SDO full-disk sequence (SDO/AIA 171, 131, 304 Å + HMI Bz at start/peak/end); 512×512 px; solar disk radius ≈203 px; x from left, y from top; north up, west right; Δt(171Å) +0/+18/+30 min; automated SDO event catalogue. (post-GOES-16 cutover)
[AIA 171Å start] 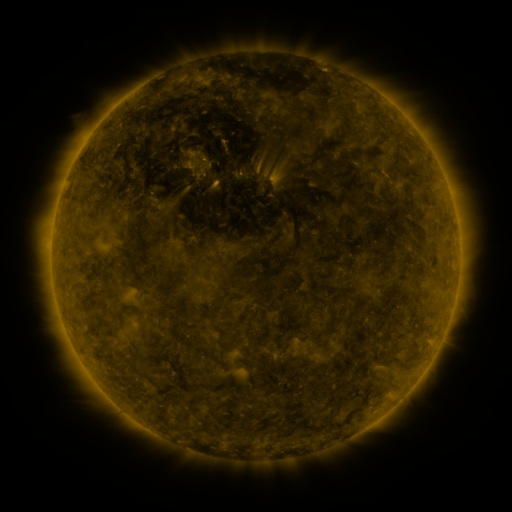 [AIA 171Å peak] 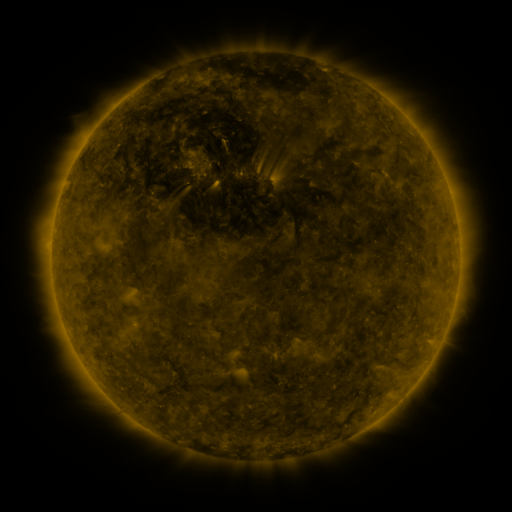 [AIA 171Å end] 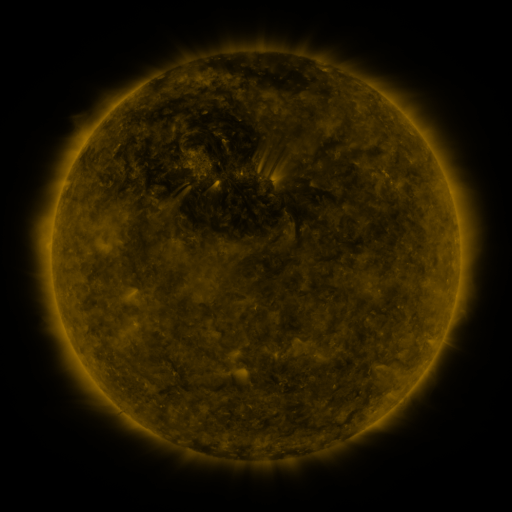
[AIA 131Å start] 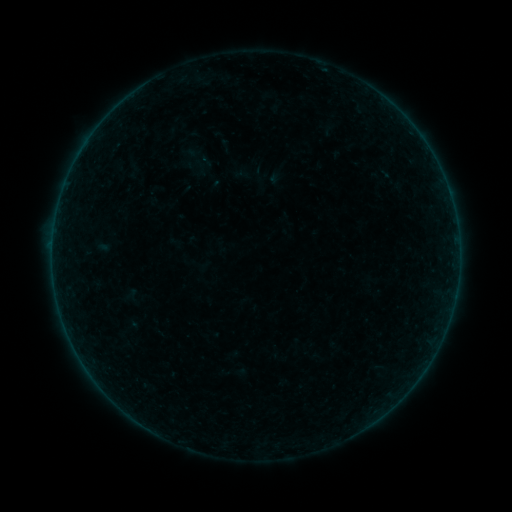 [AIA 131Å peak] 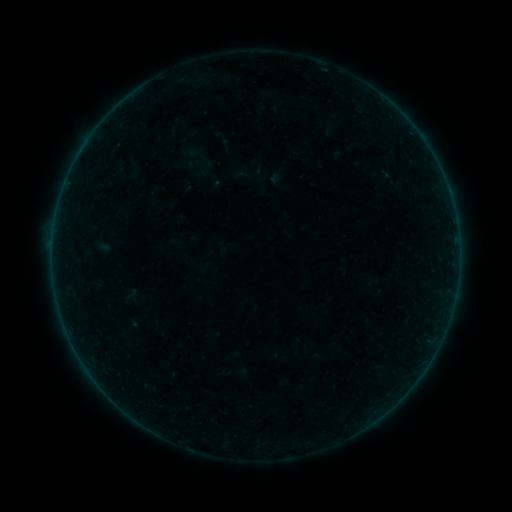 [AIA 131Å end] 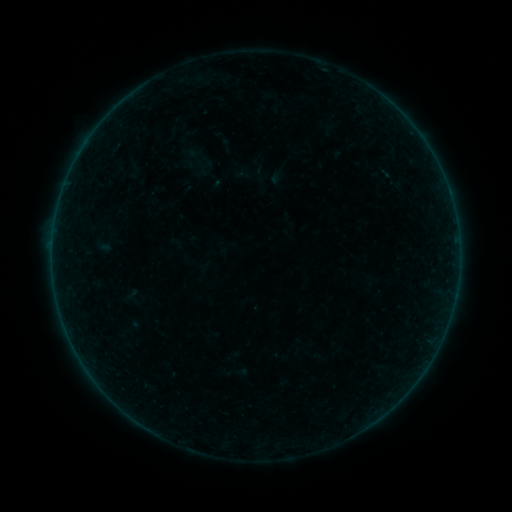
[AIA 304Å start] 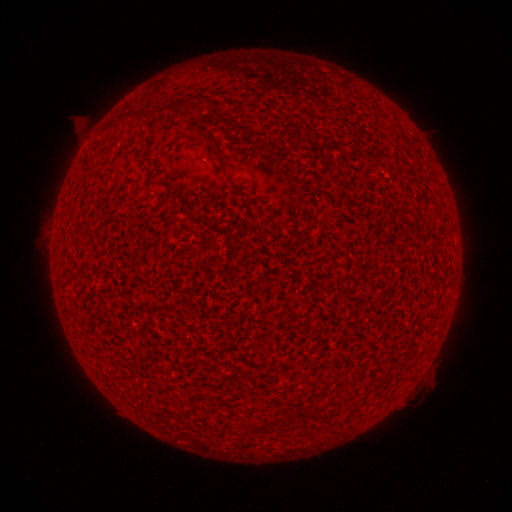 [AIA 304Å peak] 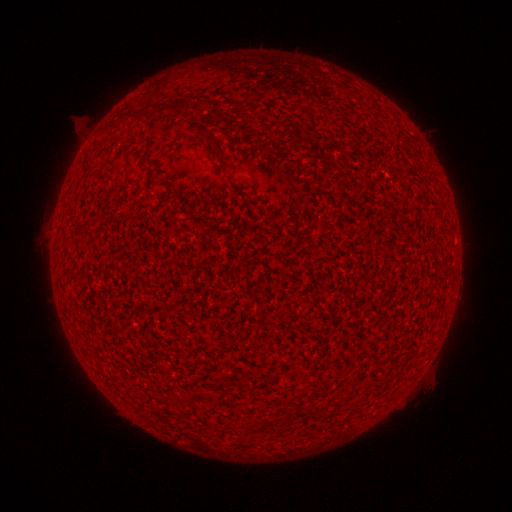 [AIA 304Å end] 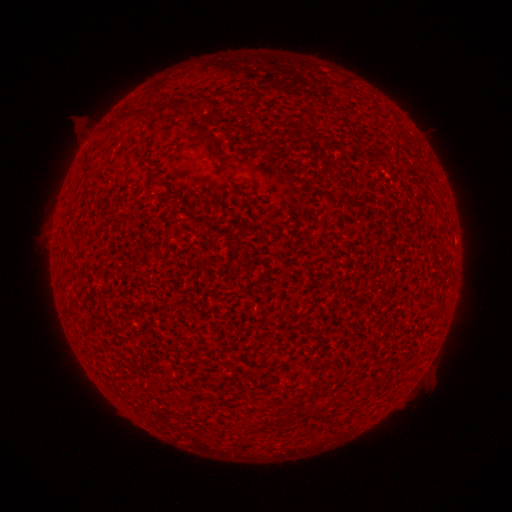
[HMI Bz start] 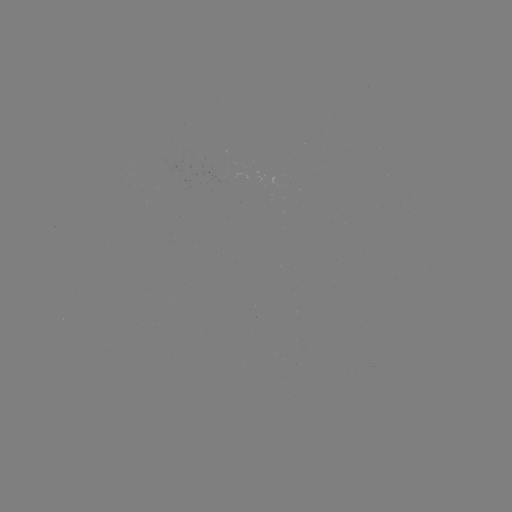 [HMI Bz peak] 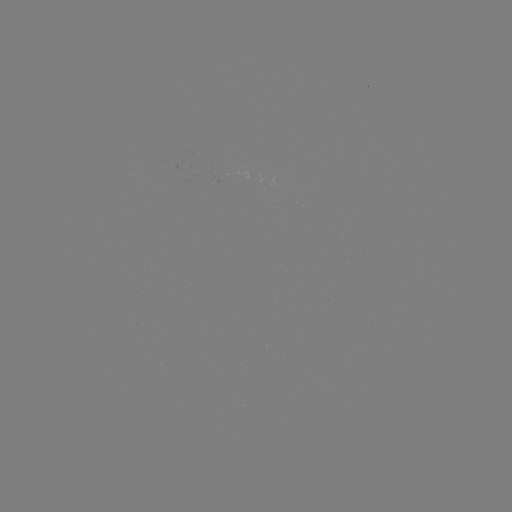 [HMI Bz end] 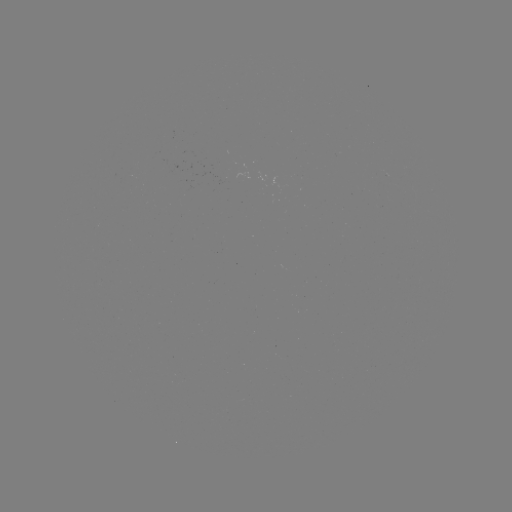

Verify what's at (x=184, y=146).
A4.8 flare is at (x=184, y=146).